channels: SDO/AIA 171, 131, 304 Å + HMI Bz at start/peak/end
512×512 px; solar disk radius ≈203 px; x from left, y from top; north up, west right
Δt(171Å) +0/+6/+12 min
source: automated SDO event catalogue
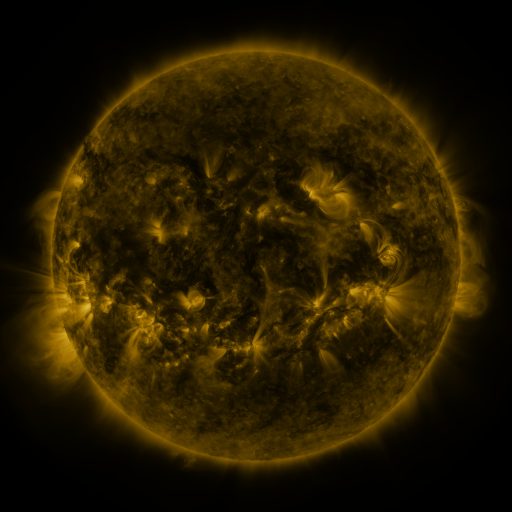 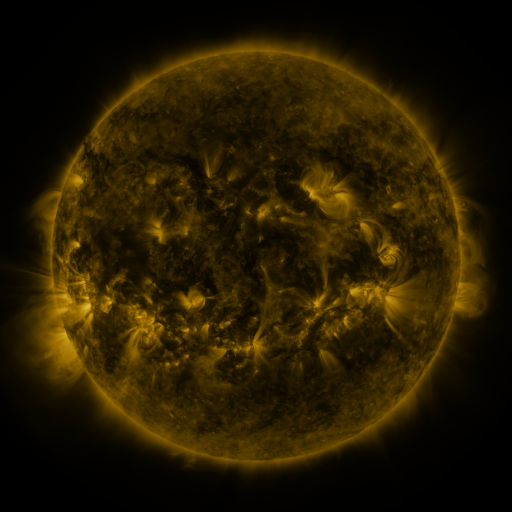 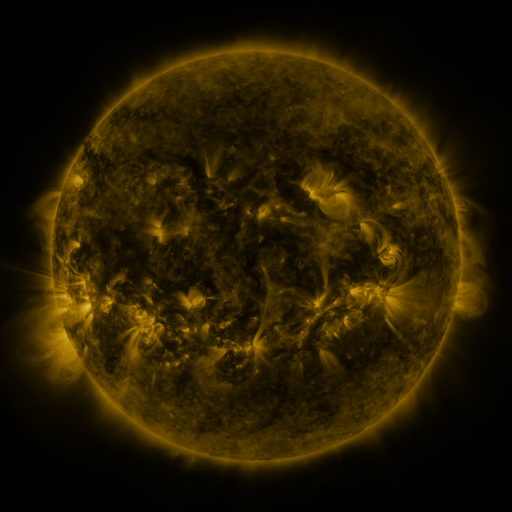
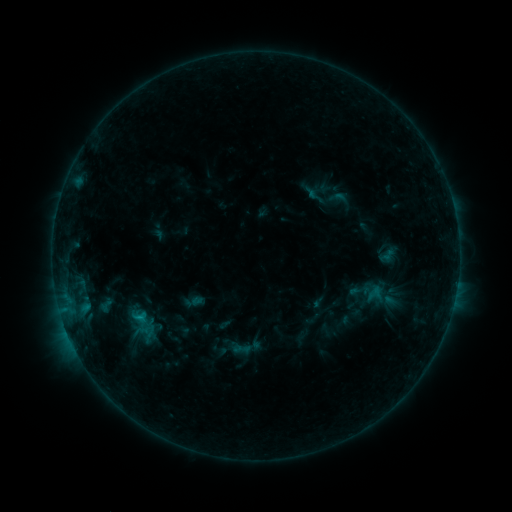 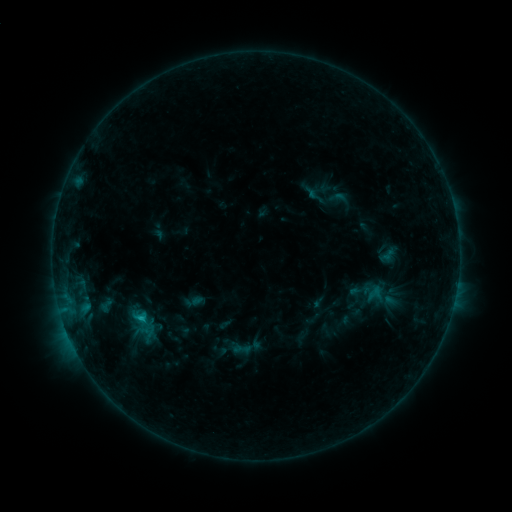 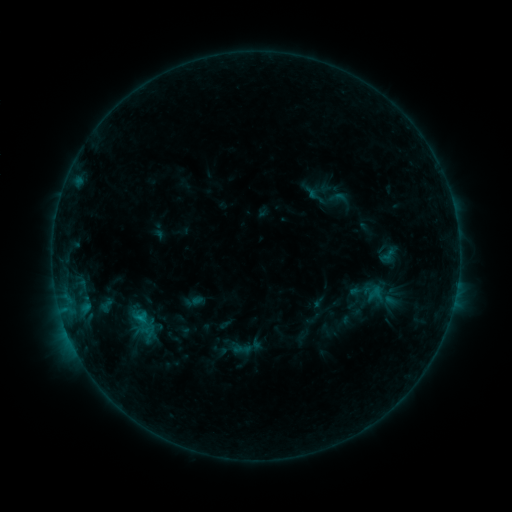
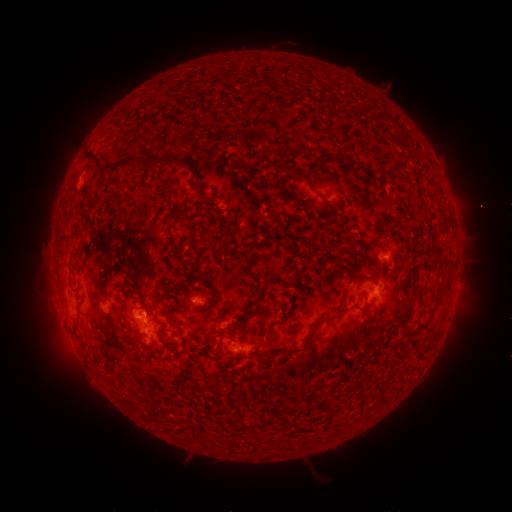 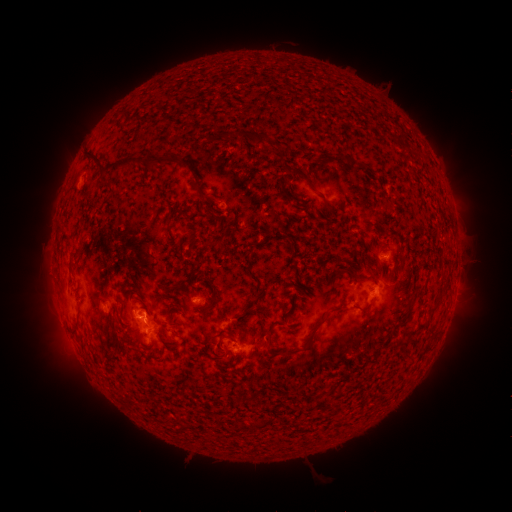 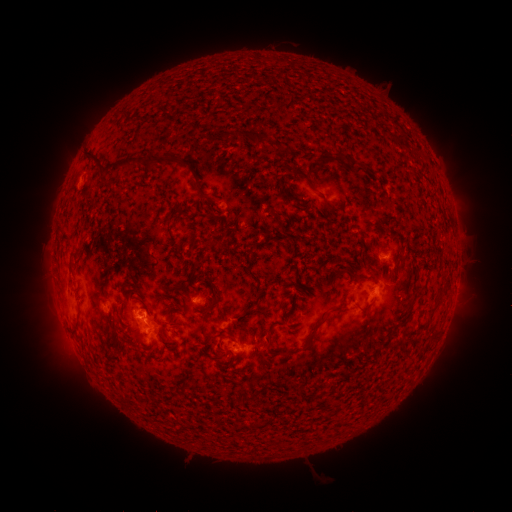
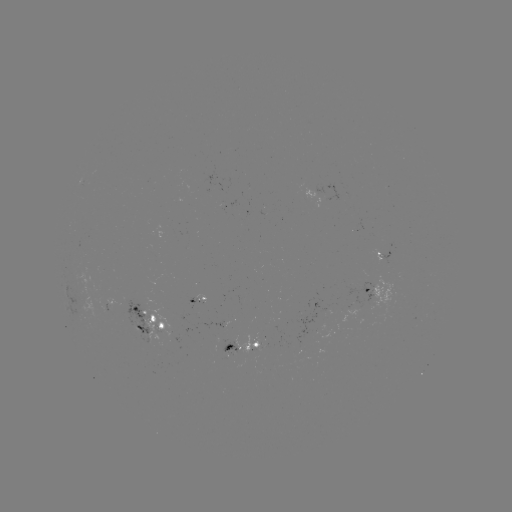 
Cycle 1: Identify C1.0 flare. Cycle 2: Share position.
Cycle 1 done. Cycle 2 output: (141, 318).